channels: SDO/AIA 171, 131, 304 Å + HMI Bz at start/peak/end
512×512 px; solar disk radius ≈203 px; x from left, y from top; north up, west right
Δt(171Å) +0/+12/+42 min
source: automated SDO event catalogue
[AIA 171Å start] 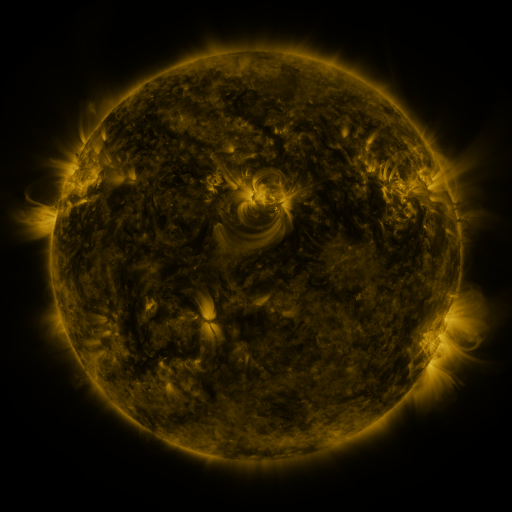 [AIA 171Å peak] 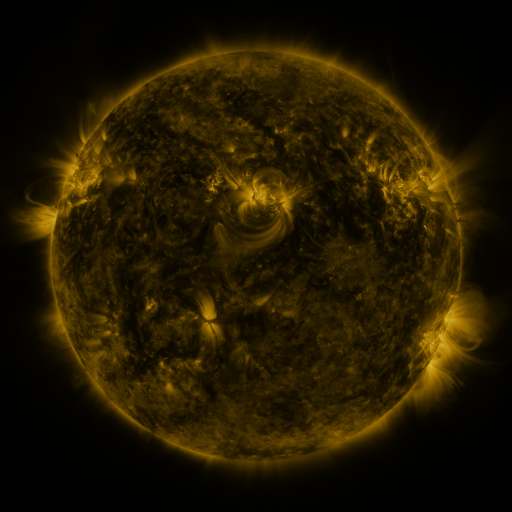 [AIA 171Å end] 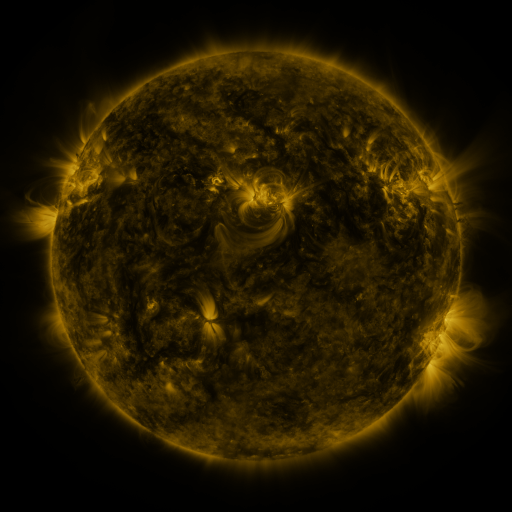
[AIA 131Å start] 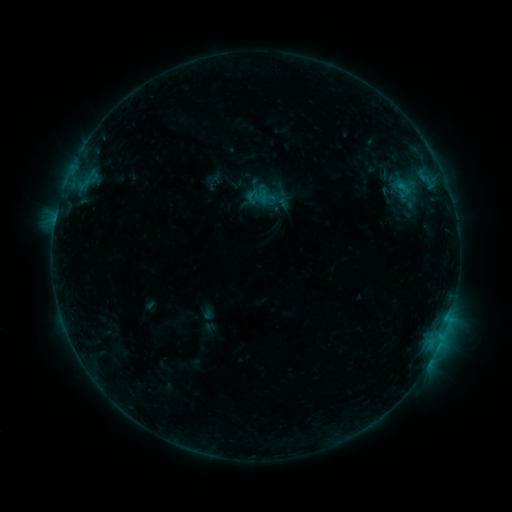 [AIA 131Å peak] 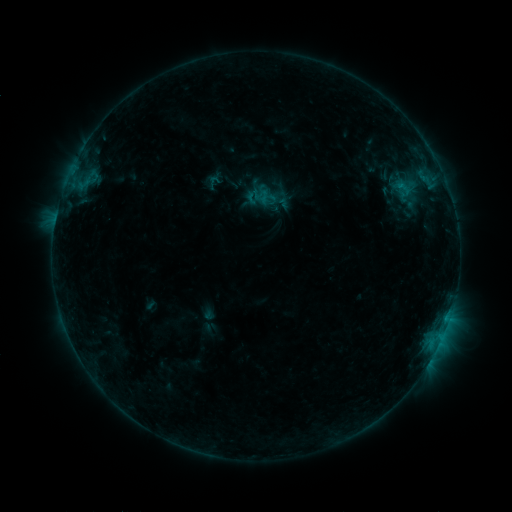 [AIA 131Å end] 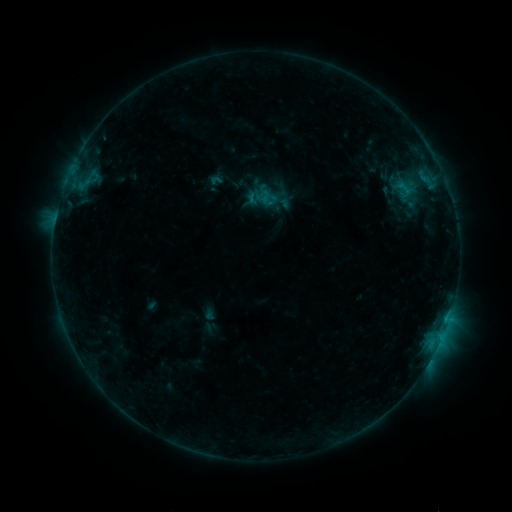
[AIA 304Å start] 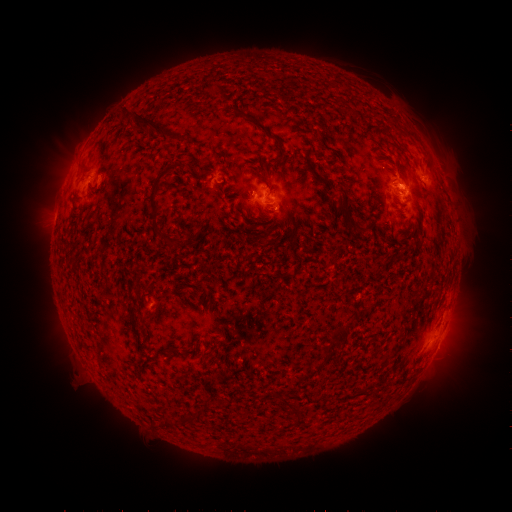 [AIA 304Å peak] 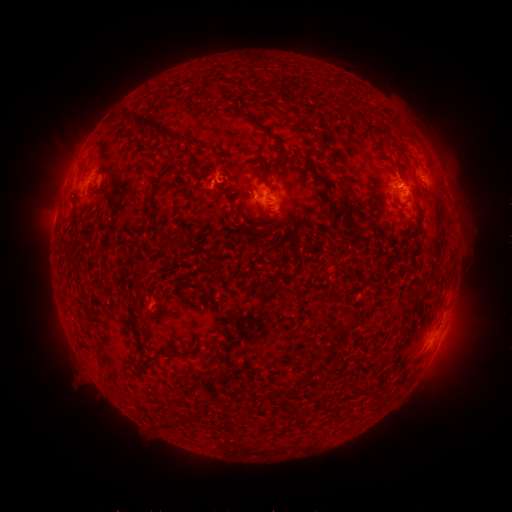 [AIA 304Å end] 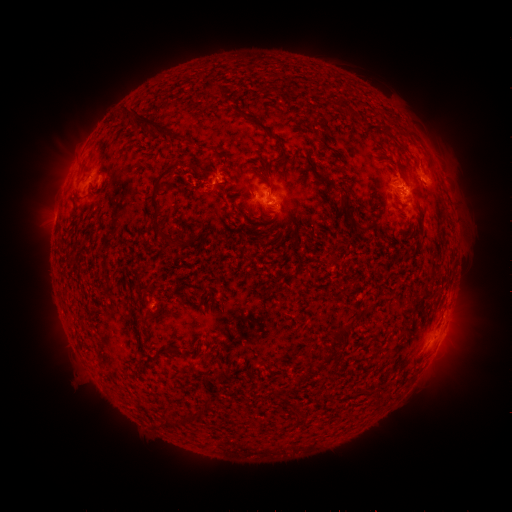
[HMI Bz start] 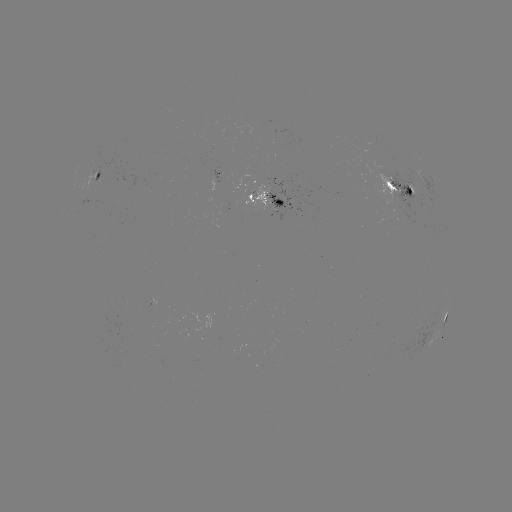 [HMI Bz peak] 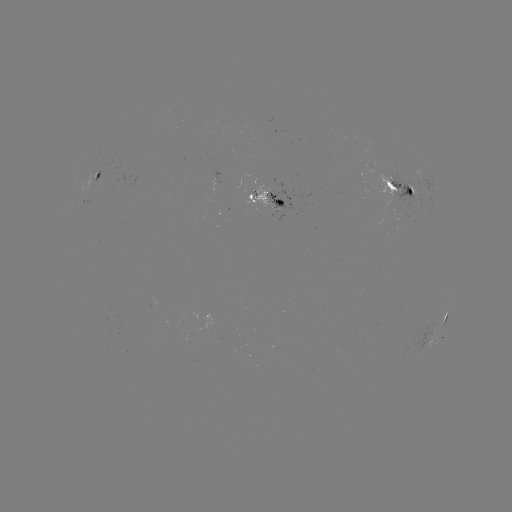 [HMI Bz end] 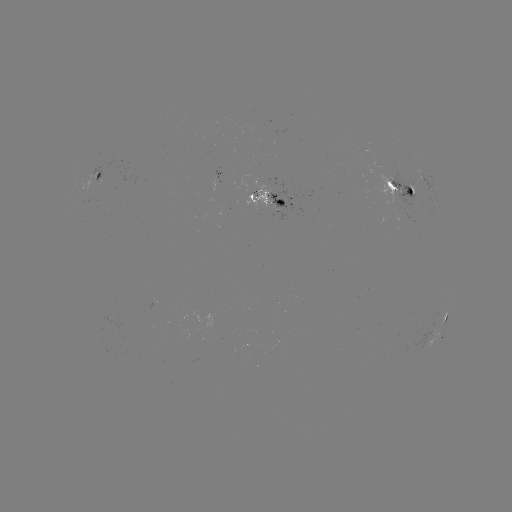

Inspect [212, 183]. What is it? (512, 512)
B8.3 flare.